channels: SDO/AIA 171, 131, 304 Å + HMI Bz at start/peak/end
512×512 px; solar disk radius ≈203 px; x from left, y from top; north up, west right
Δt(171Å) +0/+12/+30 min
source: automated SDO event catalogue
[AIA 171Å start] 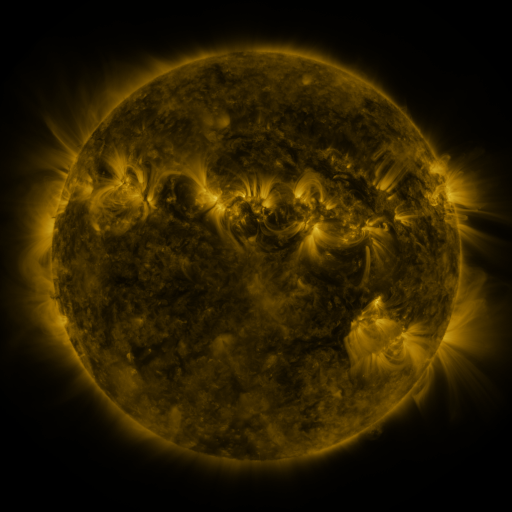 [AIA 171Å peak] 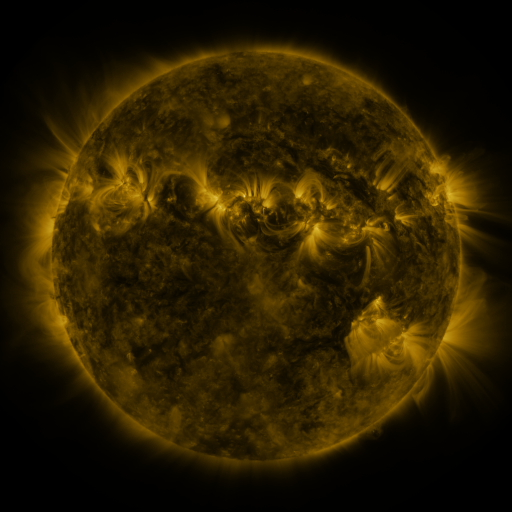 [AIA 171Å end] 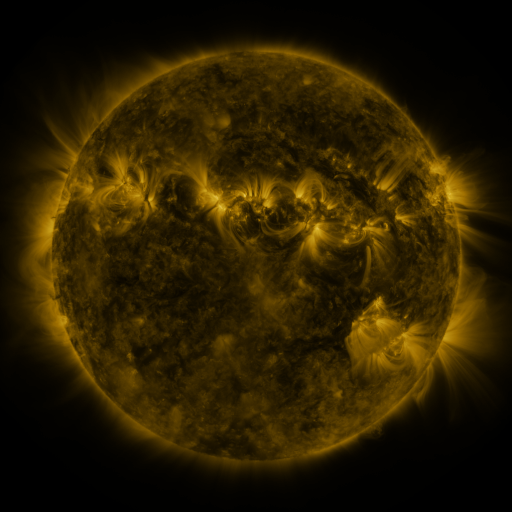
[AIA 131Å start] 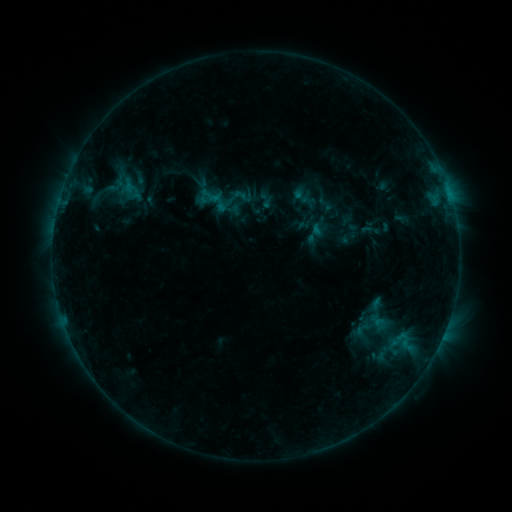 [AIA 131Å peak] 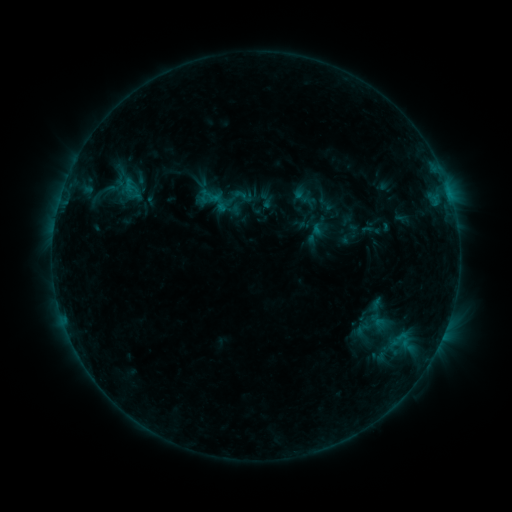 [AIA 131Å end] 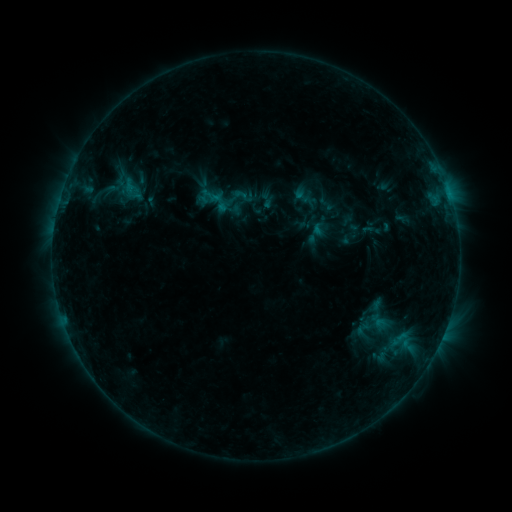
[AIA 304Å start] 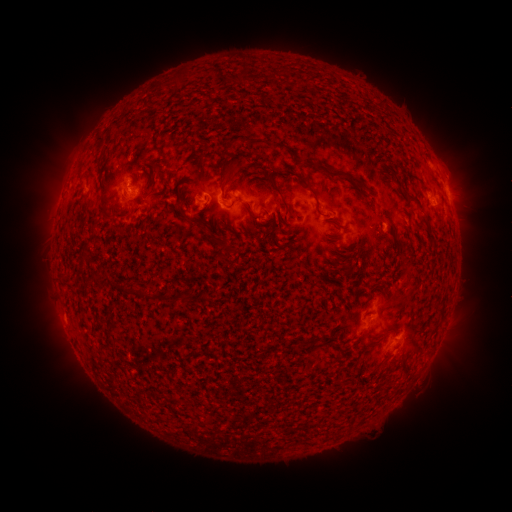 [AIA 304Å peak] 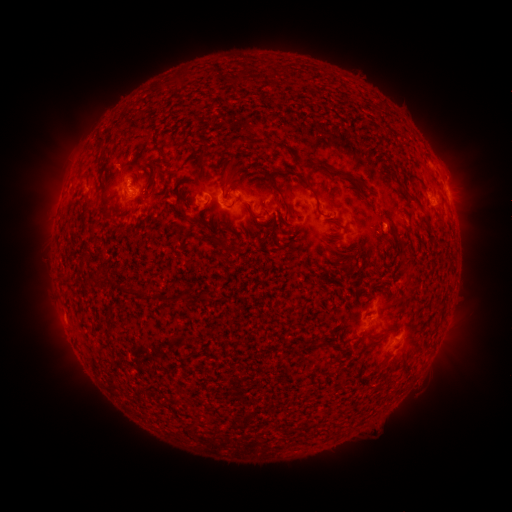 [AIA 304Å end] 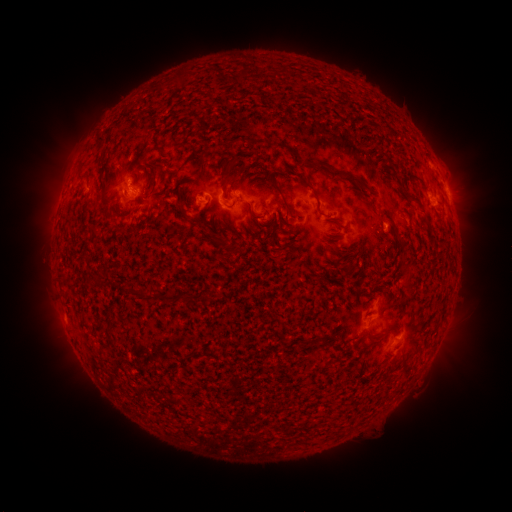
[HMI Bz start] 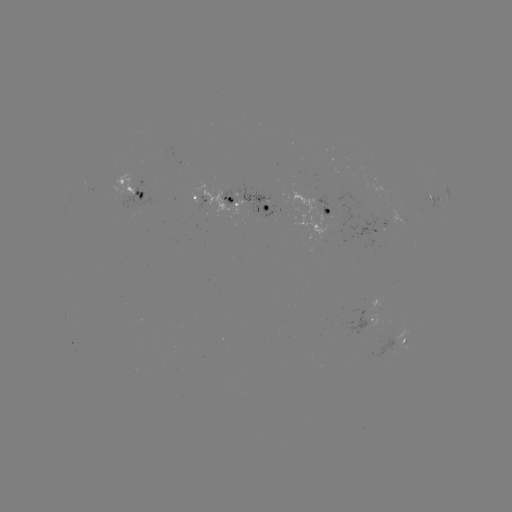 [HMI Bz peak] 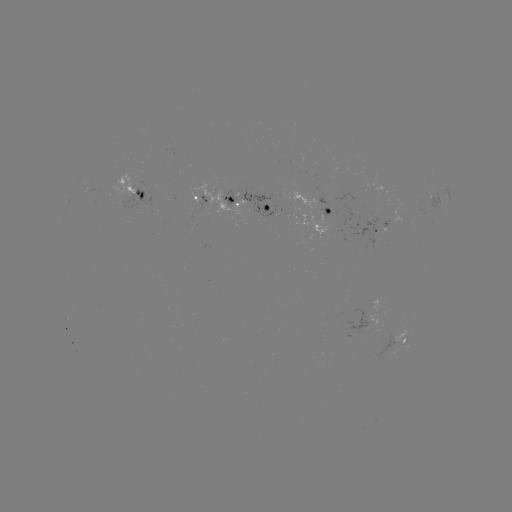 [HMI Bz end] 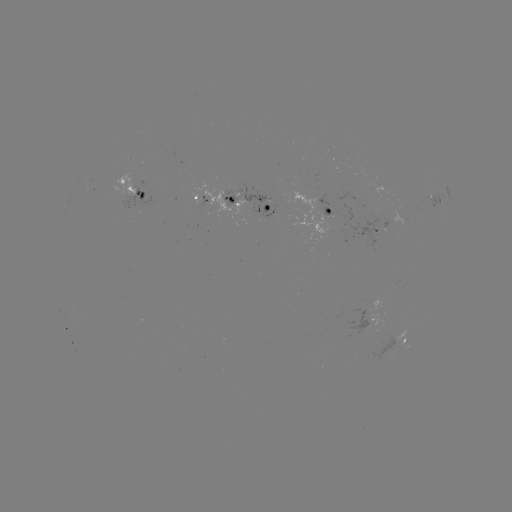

no catalogued flare and no flagged EUV brightening in this window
